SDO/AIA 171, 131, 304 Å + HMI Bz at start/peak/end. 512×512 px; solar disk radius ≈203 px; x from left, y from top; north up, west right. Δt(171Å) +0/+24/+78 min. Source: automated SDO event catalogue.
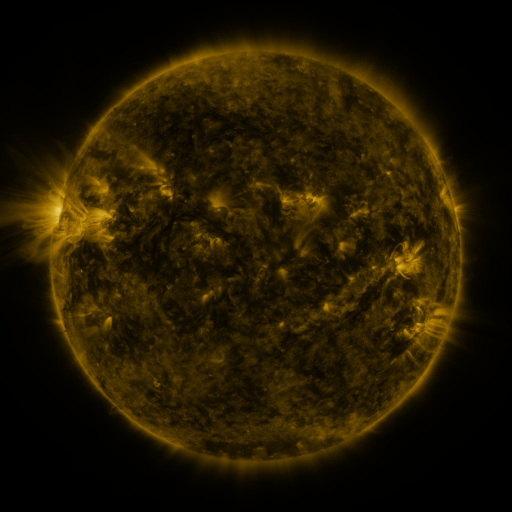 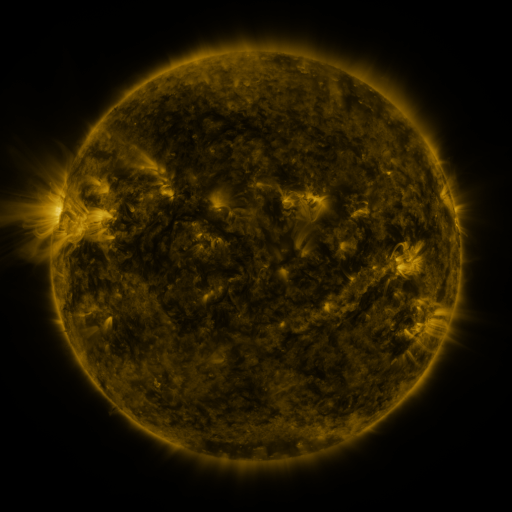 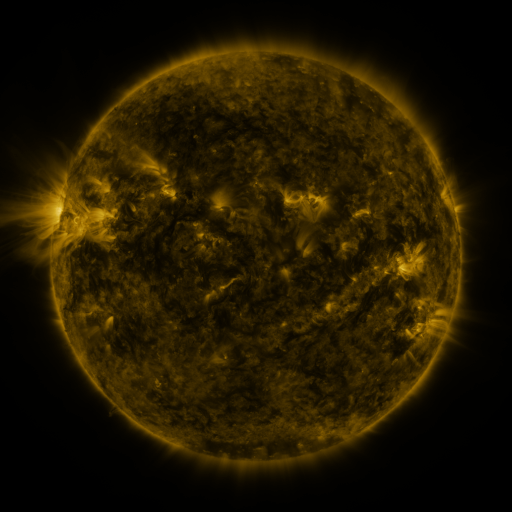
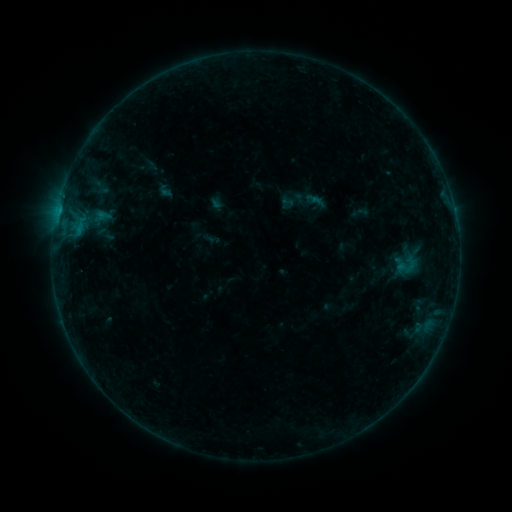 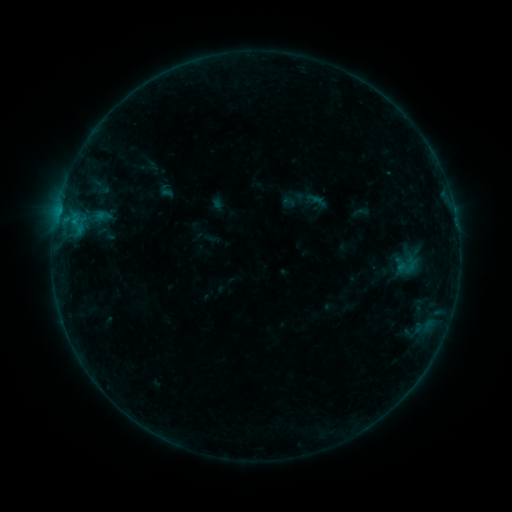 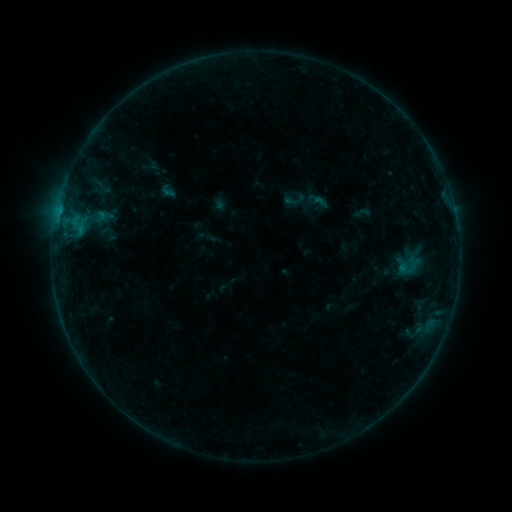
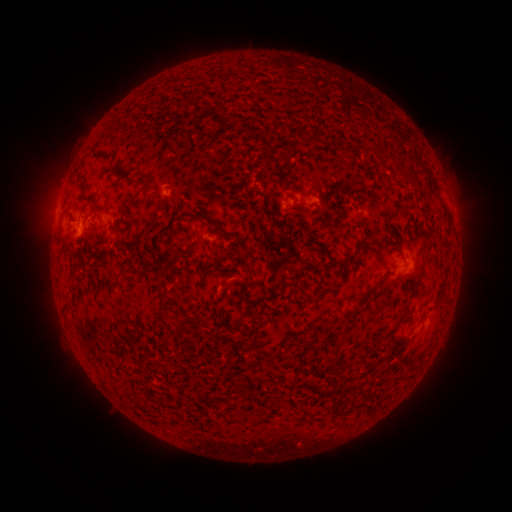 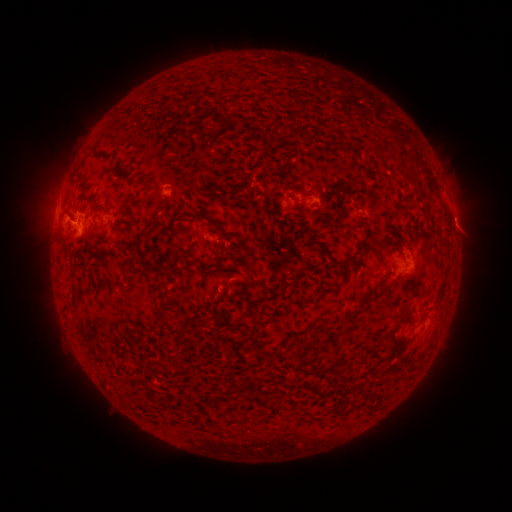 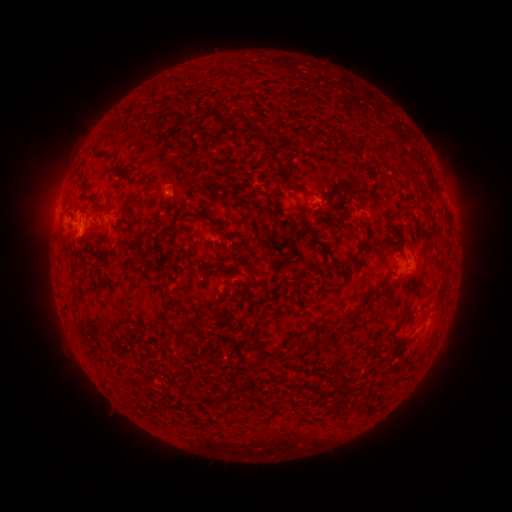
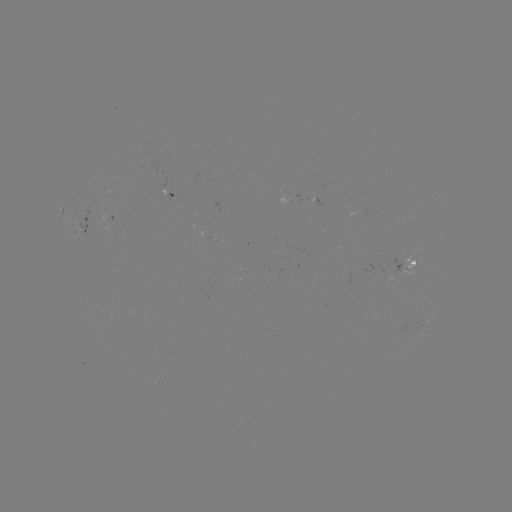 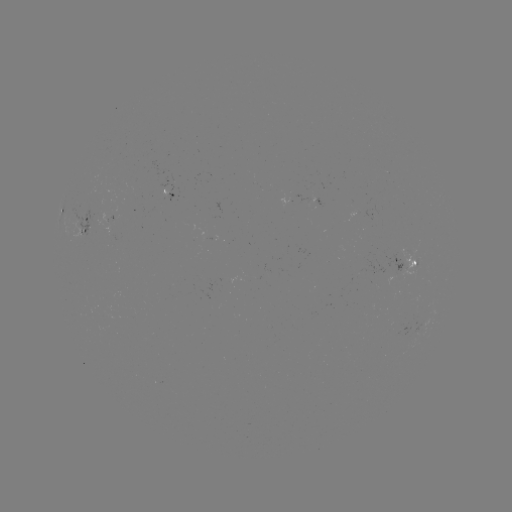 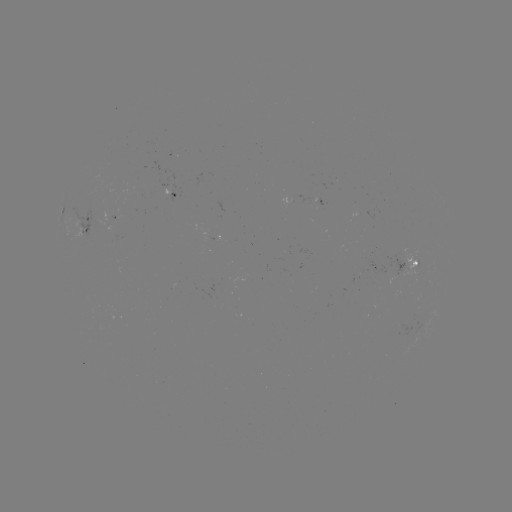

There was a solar flare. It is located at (74, 223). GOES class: B4.6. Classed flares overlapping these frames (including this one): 1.